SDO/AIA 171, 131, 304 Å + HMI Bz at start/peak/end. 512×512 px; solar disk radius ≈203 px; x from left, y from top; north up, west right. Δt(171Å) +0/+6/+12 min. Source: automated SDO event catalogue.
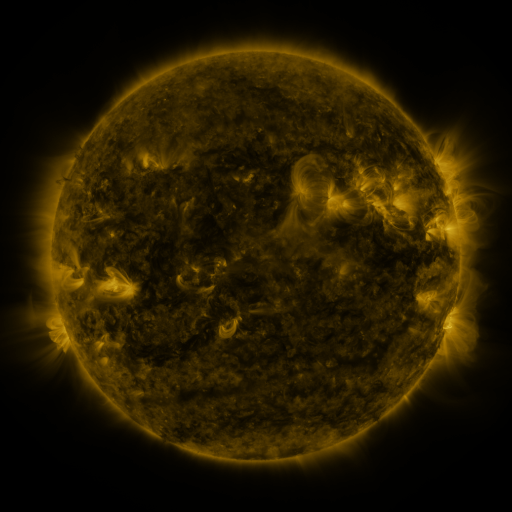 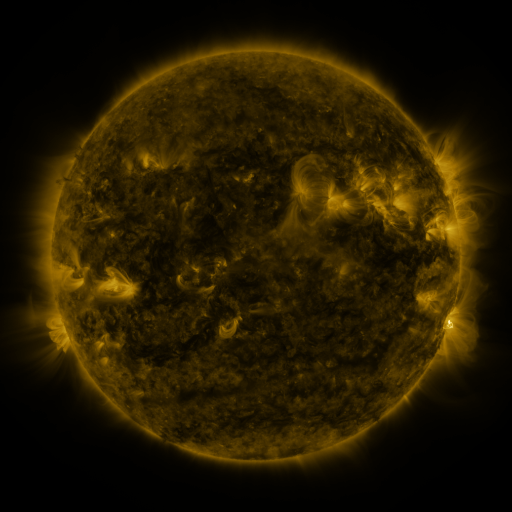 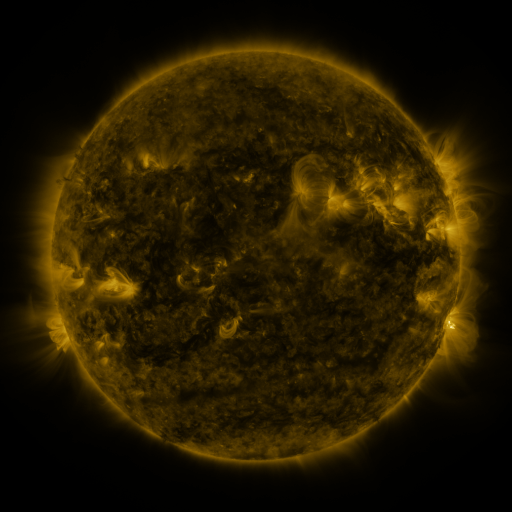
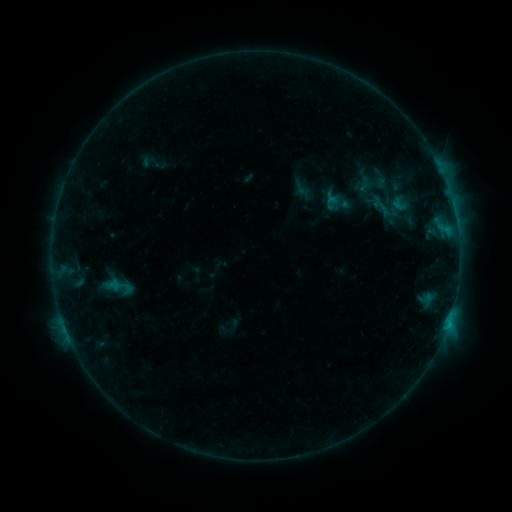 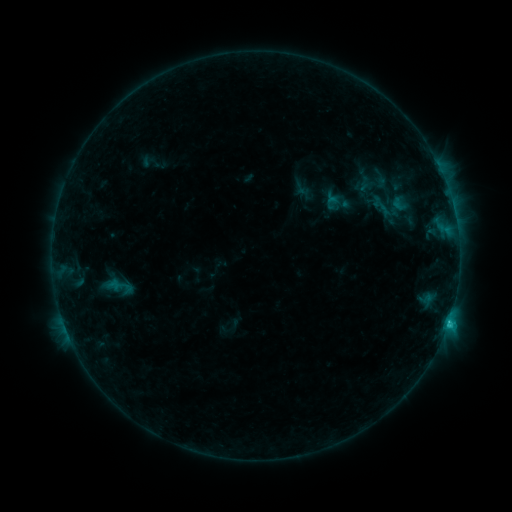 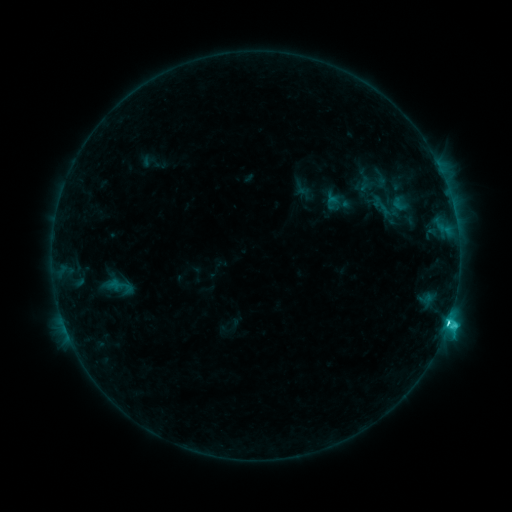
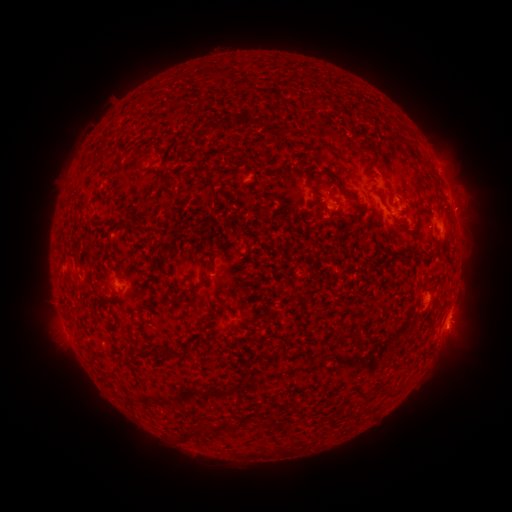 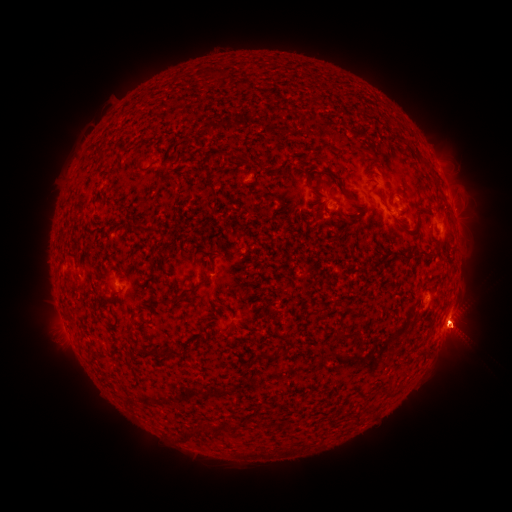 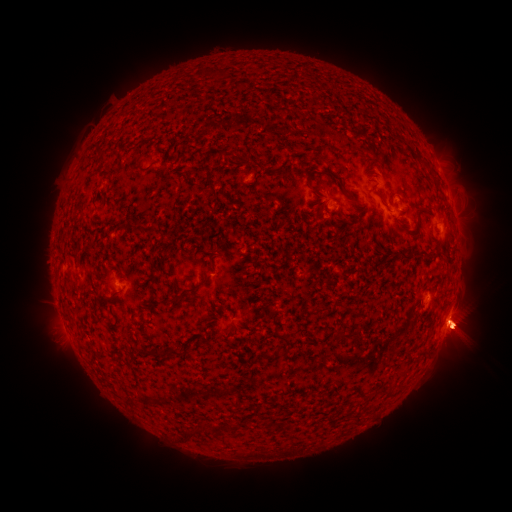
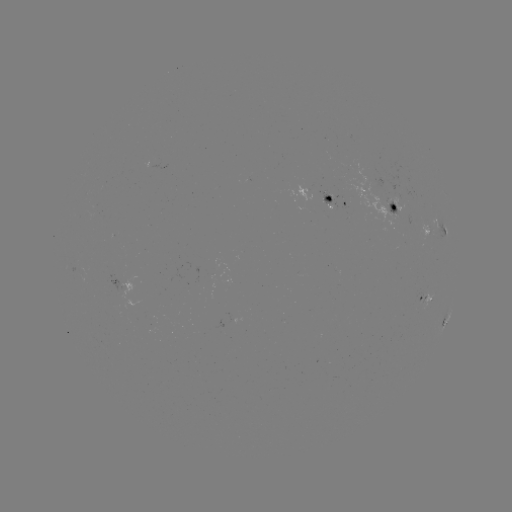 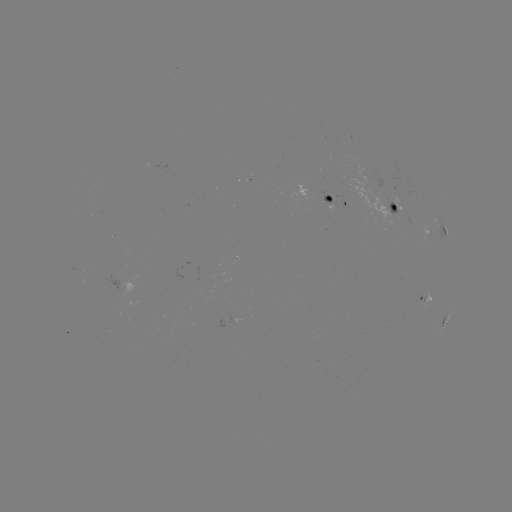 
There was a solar eruption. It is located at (425, 292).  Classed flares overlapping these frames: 1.